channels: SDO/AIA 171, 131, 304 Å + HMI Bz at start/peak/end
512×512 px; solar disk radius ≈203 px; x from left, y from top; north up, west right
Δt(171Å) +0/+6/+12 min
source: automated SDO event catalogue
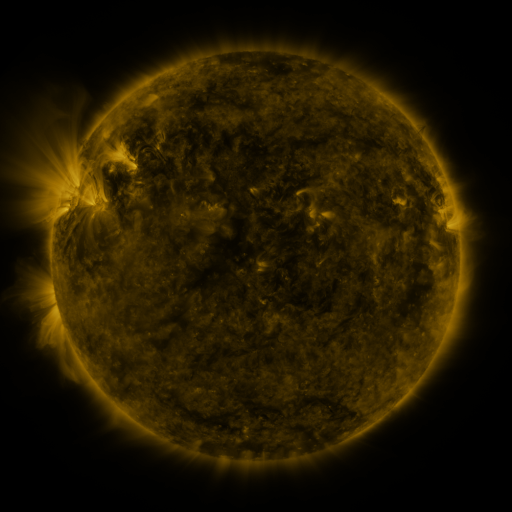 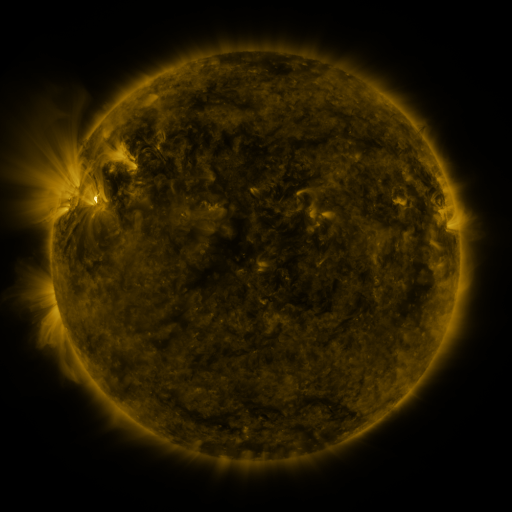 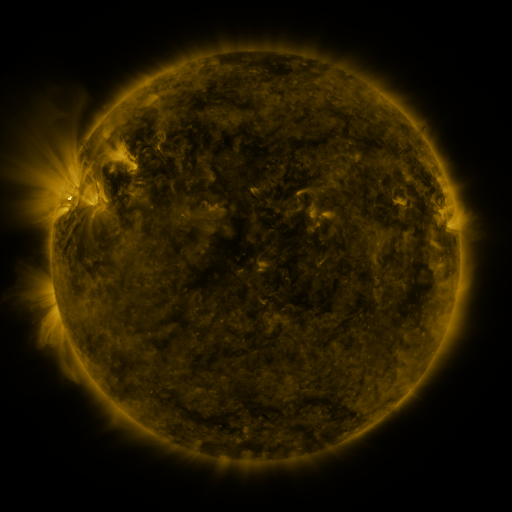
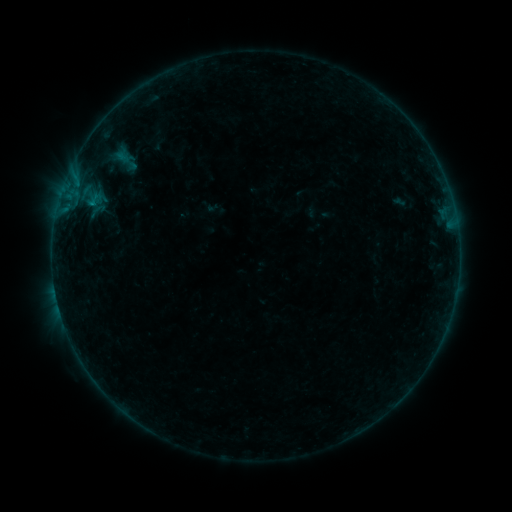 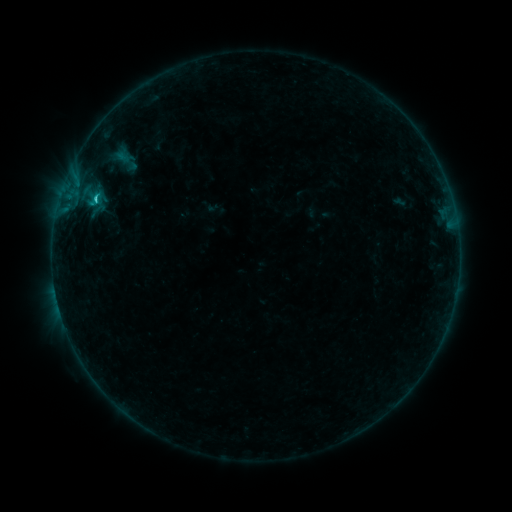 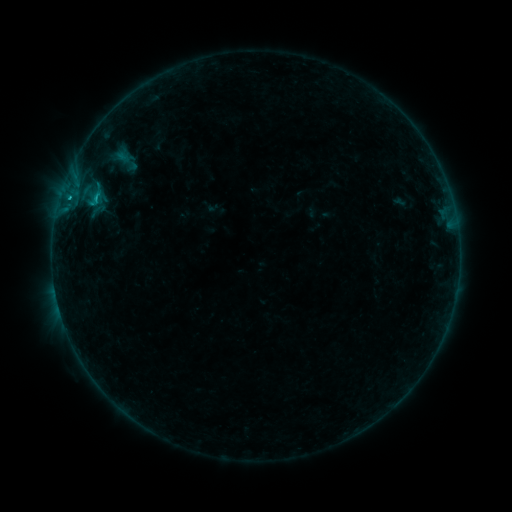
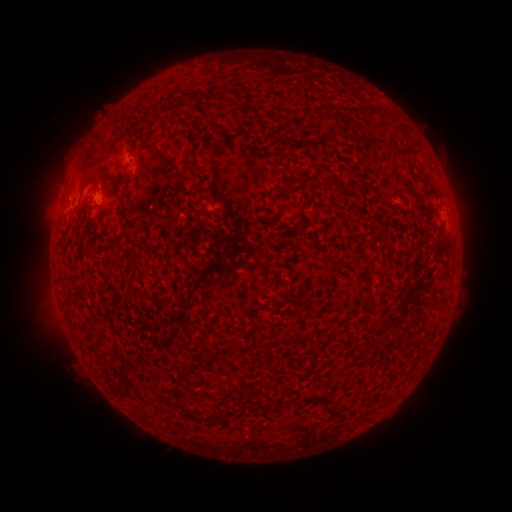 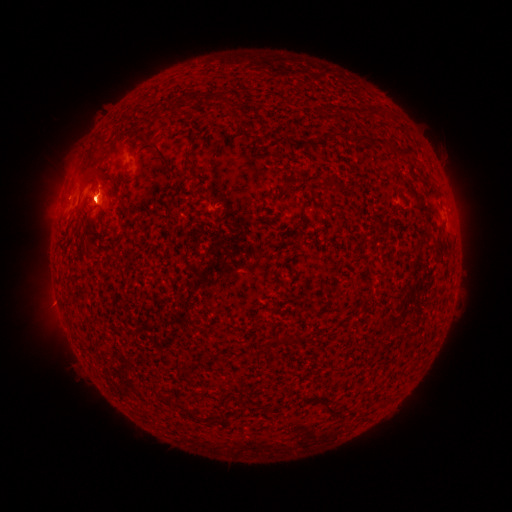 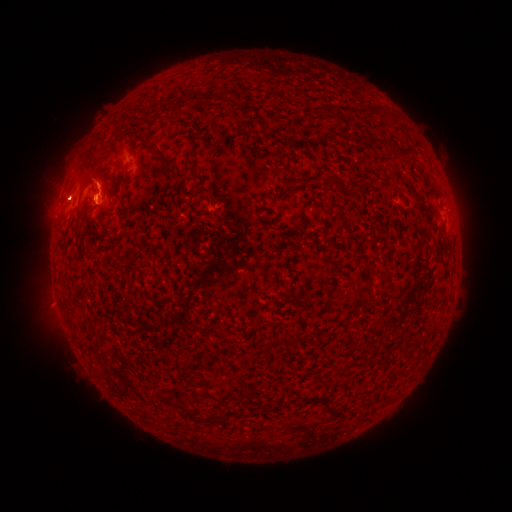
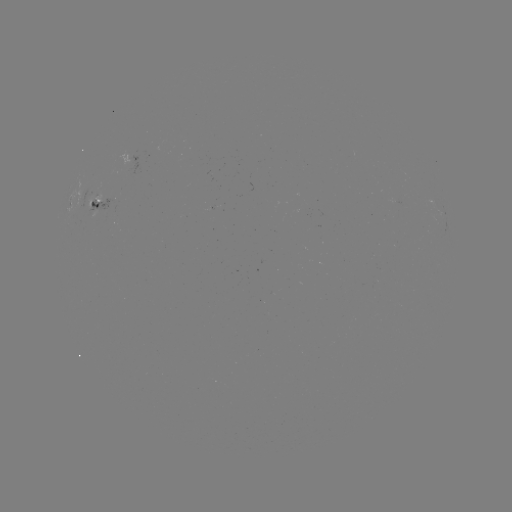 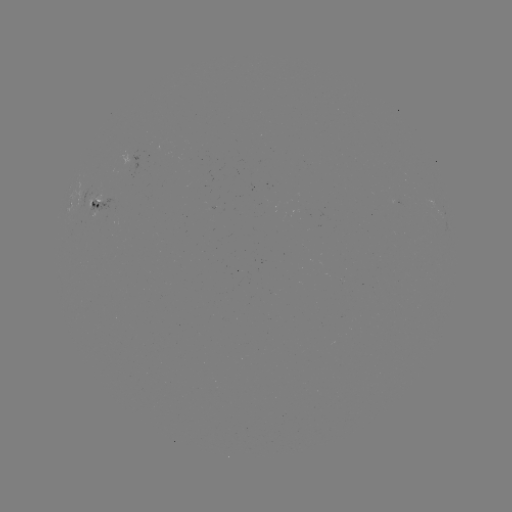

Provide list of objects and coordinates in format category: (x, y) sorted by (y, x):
eruption: (97, 187)
